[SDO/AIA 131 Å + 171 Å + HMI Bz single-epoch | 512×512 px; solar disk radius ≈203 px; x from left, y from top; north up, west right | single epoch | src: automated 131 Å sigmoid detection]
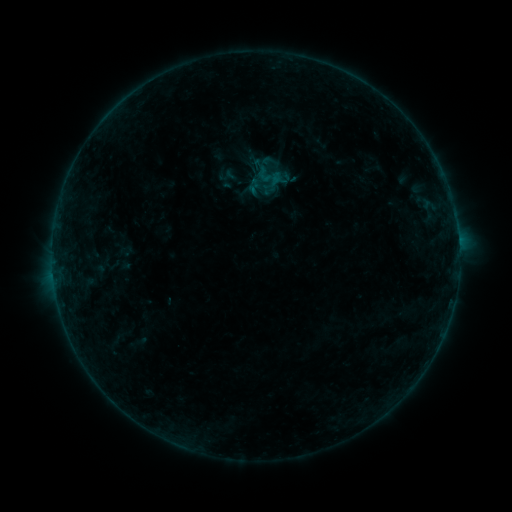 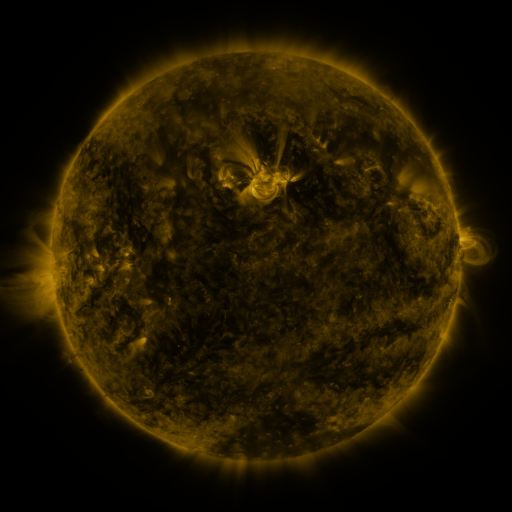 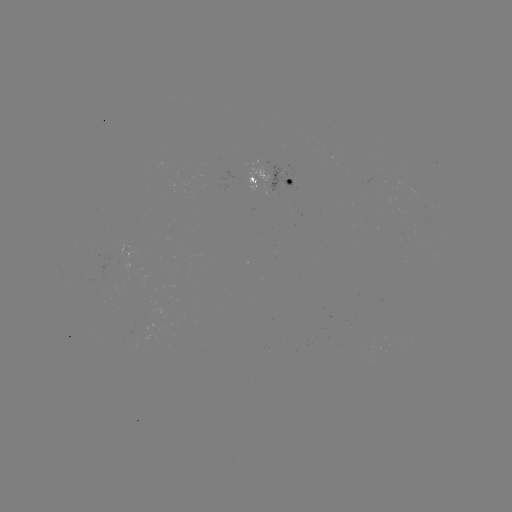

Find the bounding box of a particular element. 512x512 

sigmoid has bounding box [257, 152, 279, 173].